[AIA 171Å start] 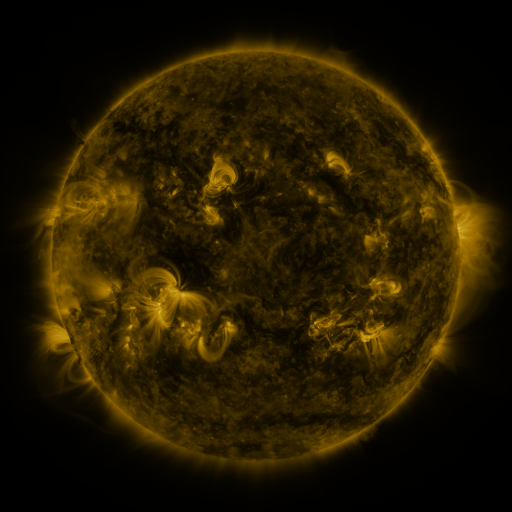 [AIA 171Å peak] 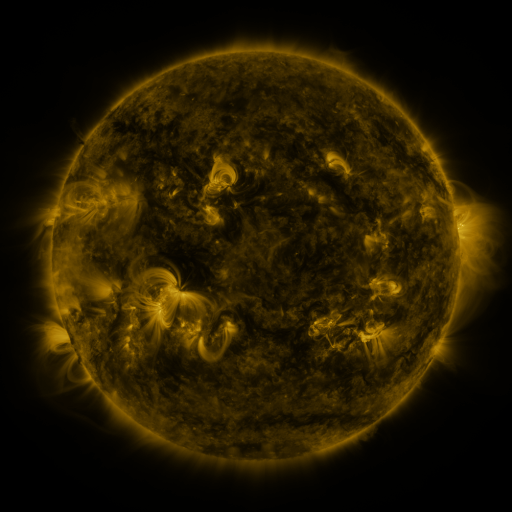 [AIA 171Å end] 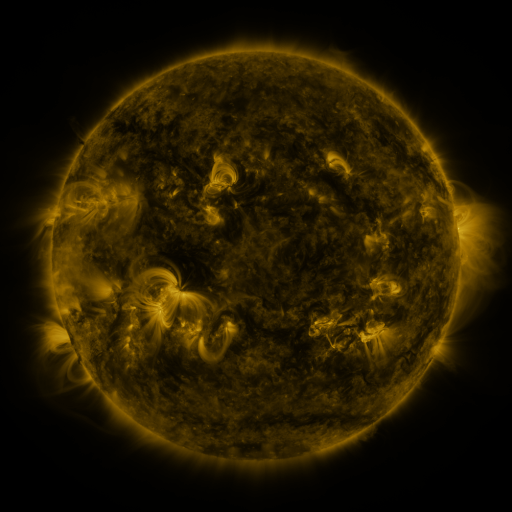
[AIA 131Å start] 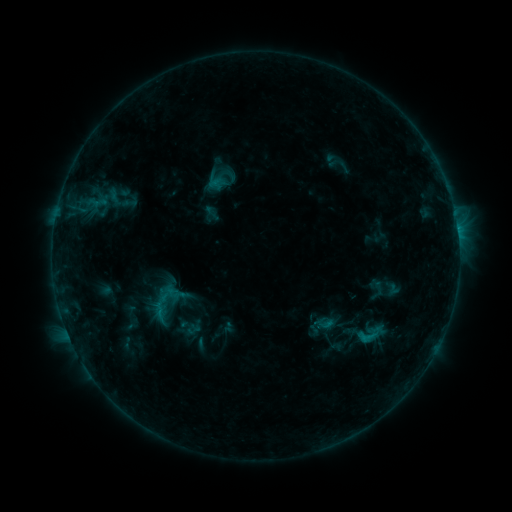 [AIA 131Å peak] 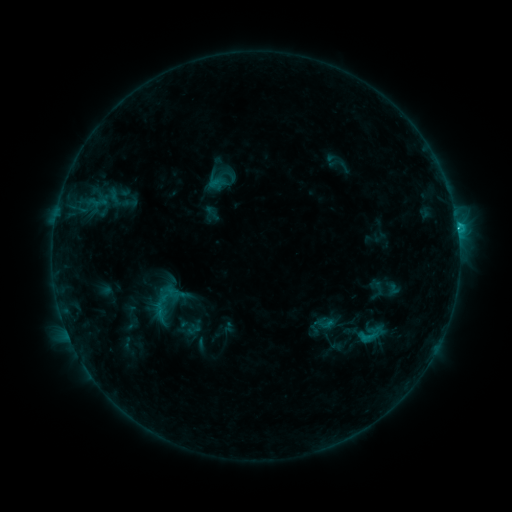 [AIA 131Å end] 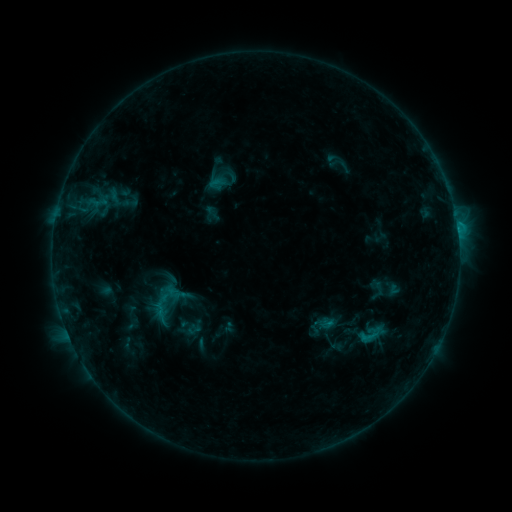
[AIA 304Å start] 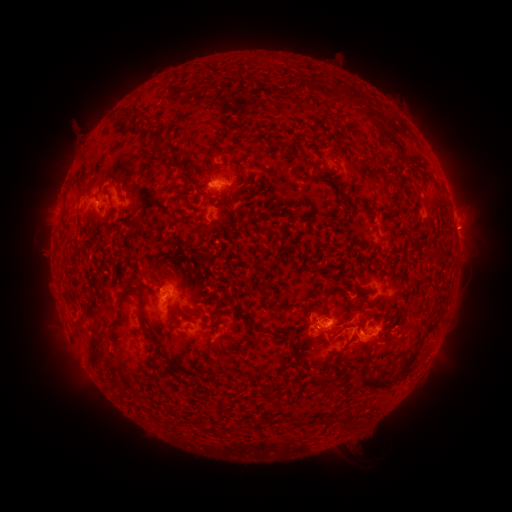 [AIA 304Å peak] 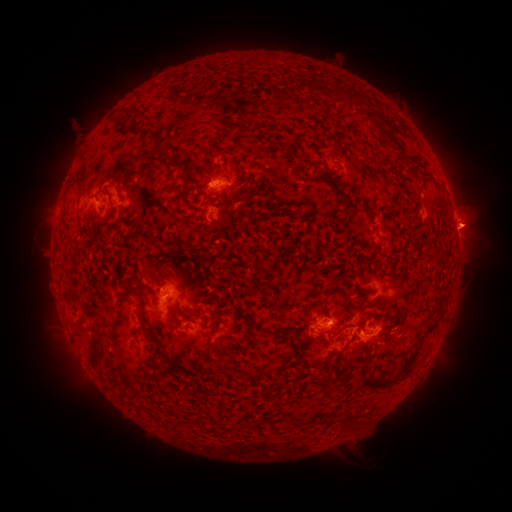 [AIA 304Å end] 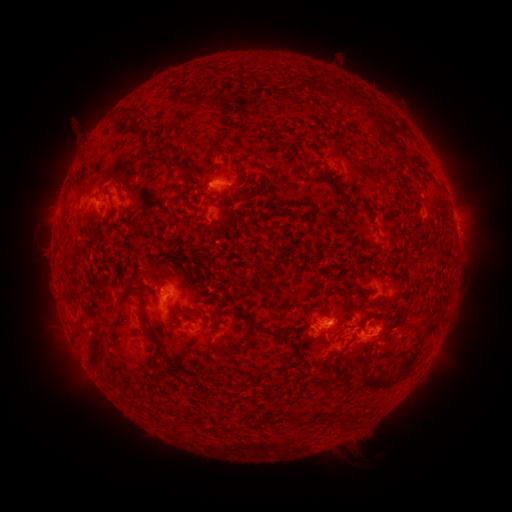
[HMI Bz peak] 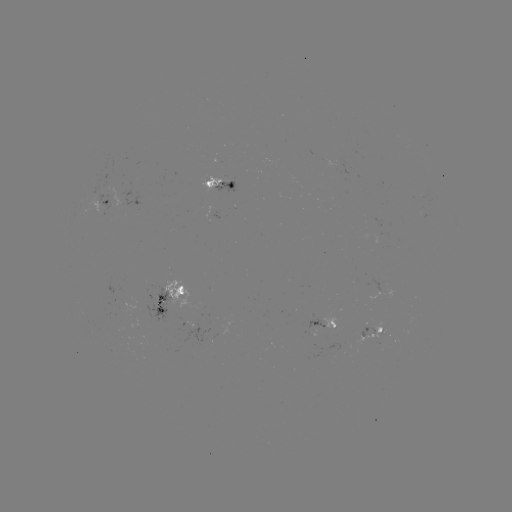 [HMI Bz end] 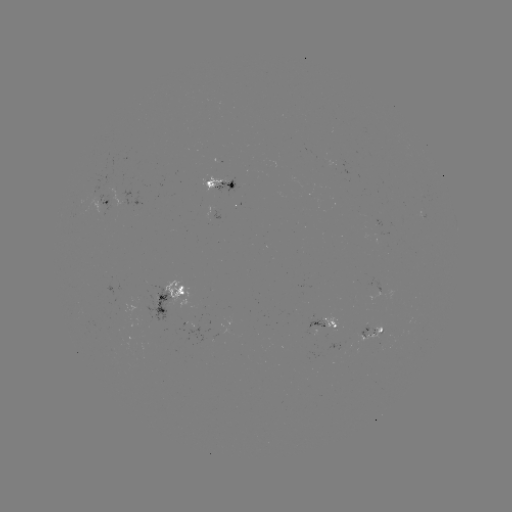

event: flare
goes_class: C1.1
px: (457, 227)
